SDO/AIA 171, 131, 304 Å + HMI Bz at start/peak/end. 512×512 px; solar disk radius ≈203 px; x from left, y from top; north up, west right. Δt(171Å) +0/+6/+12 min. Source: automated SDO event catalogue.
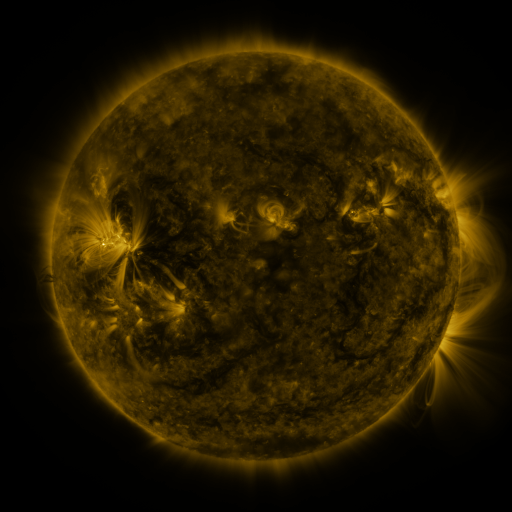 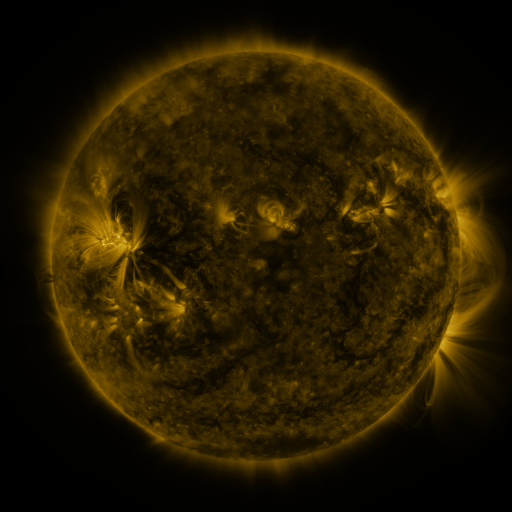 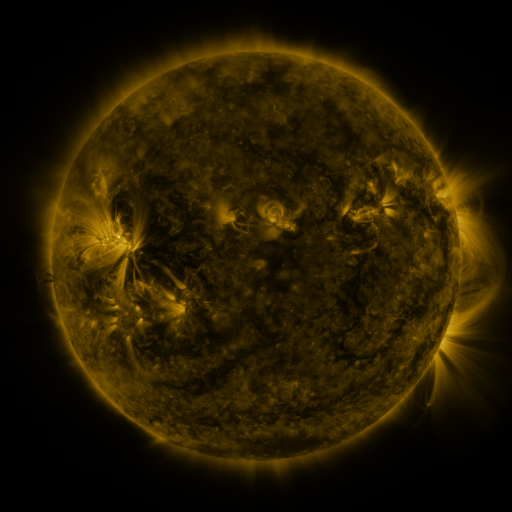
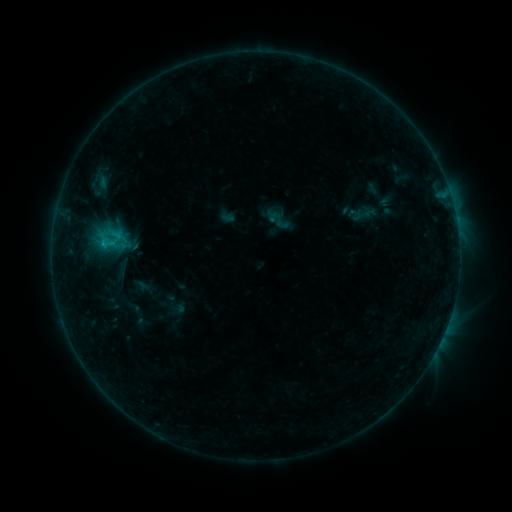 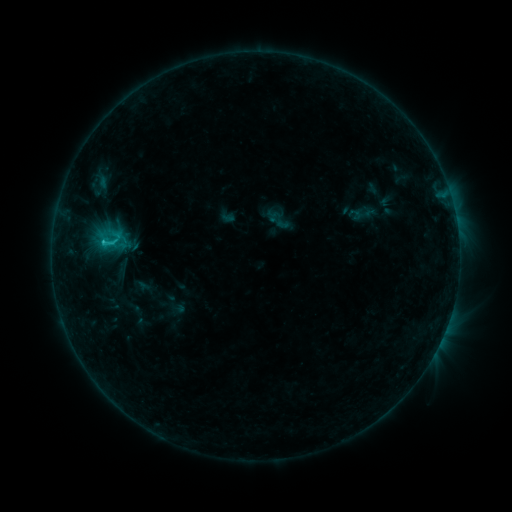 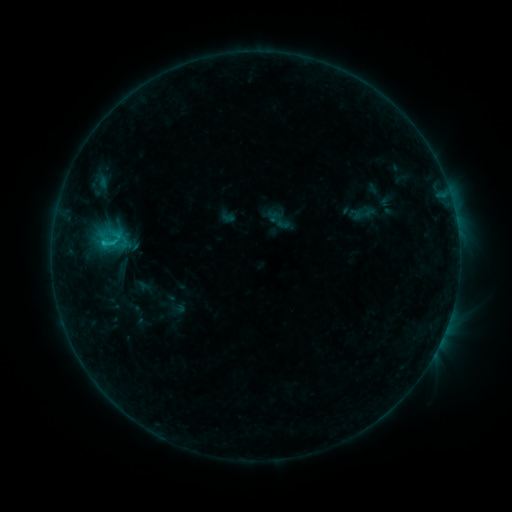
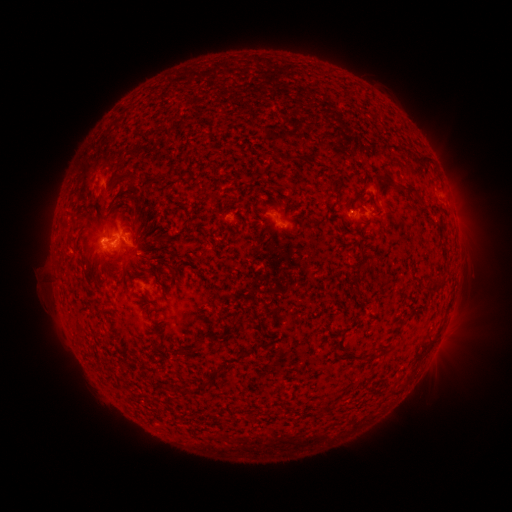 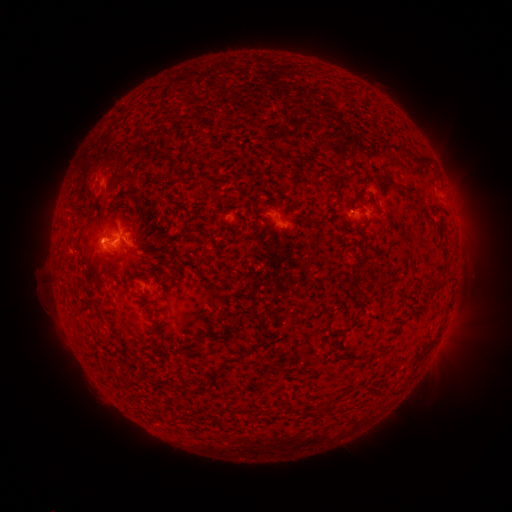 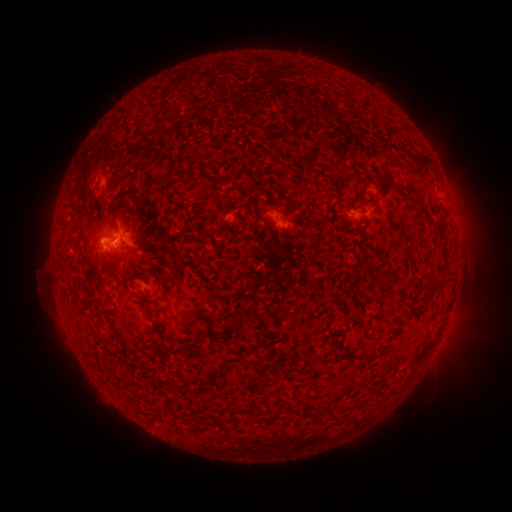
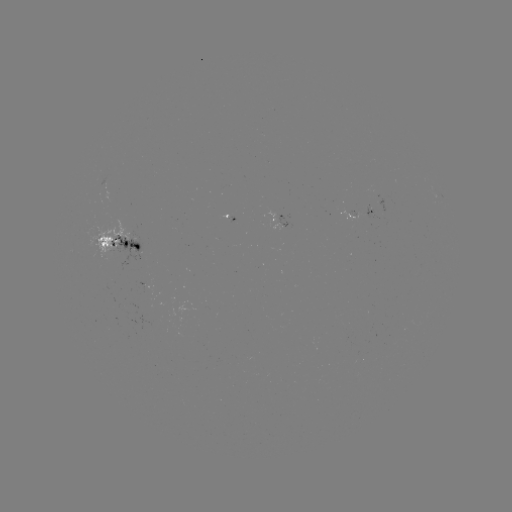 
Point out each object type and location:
C1.5 flare: (105, 245)
